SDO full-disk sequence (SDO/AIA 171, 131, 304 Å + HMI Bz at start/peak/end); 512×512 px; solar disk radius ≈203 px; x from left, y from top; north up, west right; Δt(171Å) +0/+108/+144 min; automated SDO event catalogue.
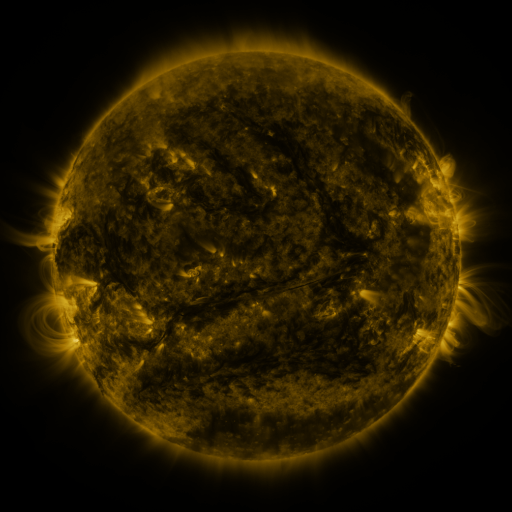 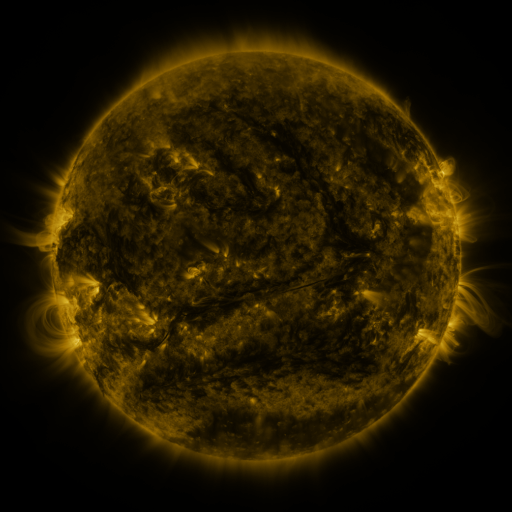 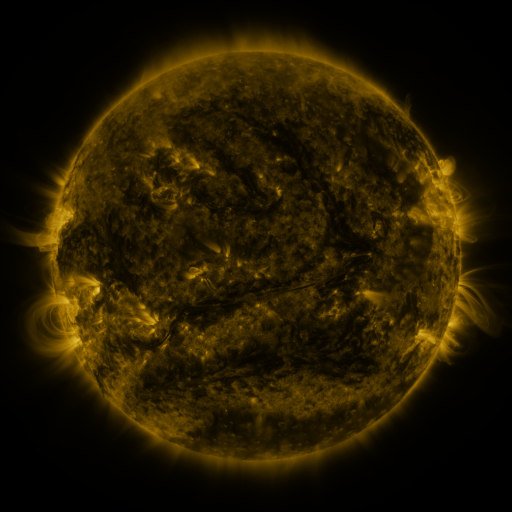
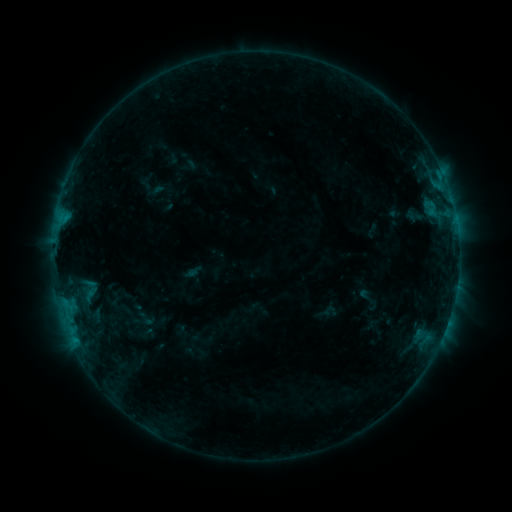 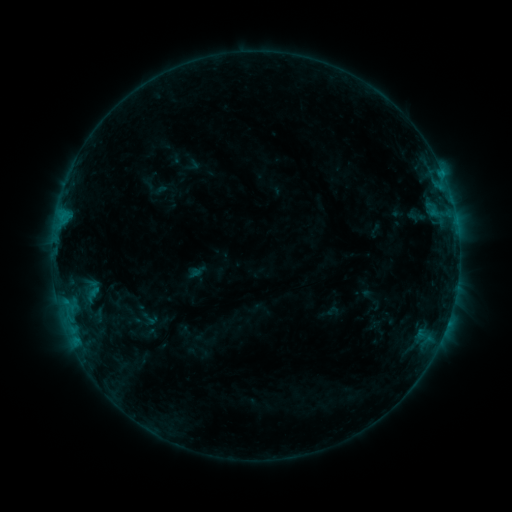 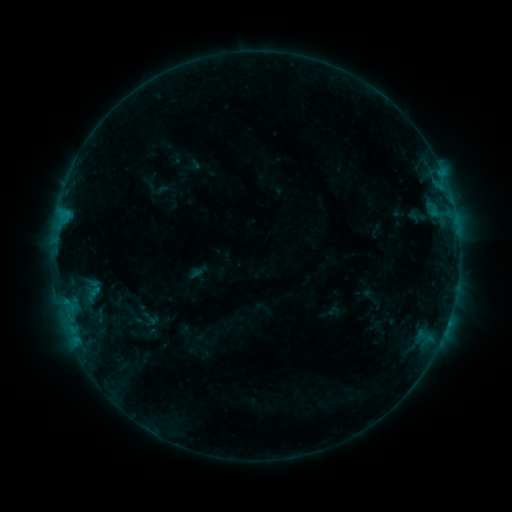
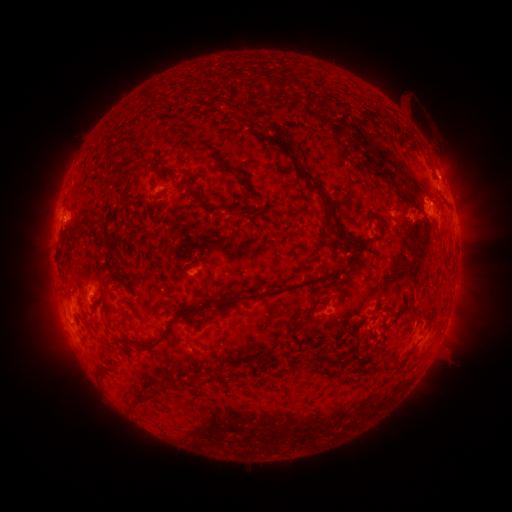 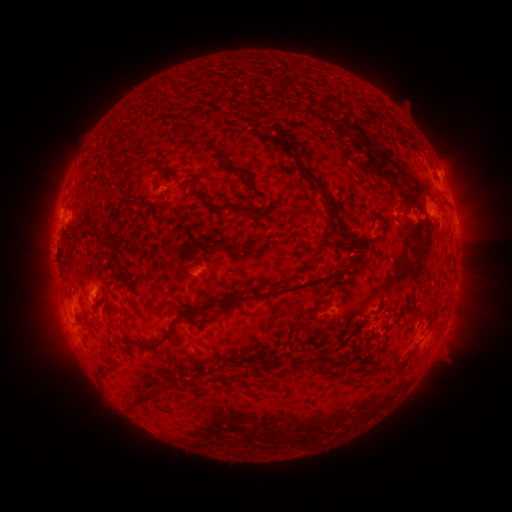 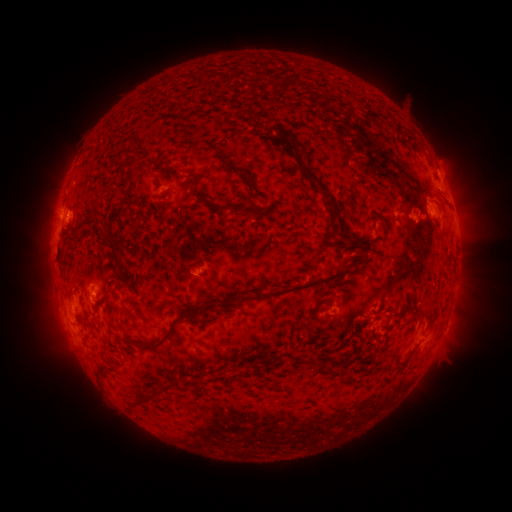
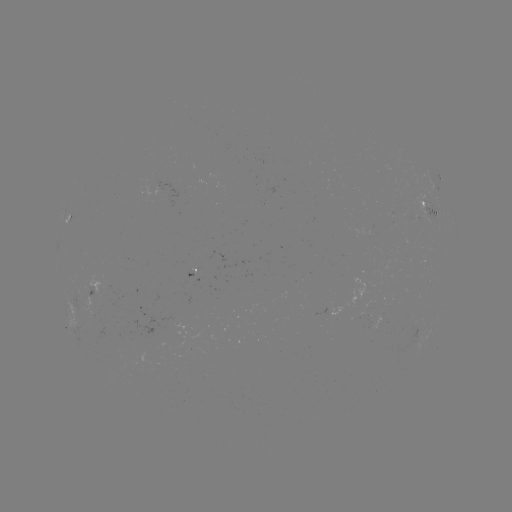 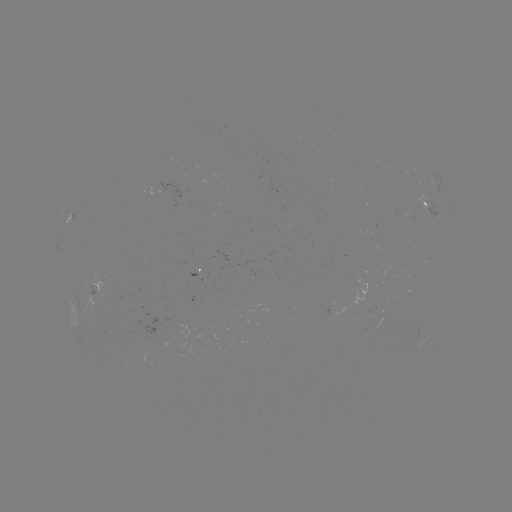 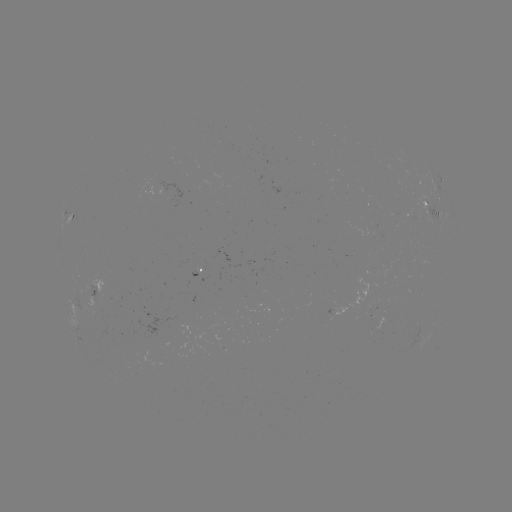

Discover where emerging-flux region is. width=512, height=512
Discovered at [176, 323].